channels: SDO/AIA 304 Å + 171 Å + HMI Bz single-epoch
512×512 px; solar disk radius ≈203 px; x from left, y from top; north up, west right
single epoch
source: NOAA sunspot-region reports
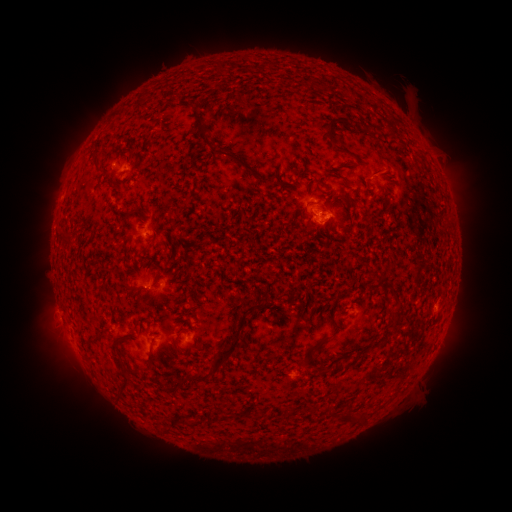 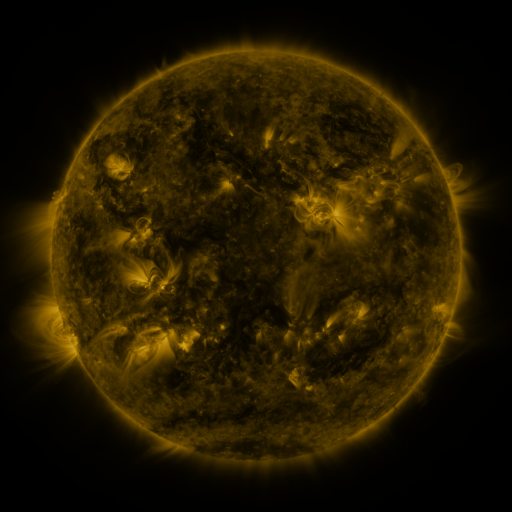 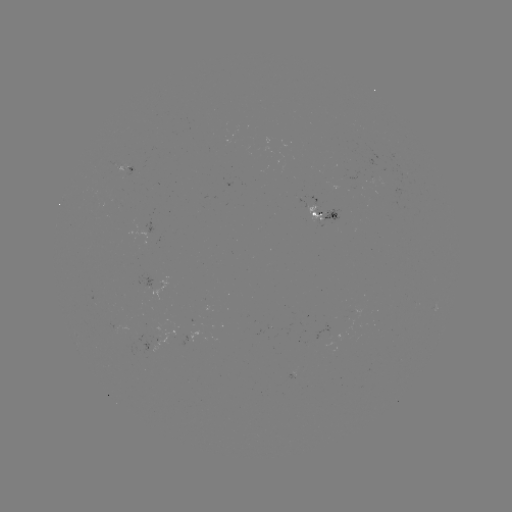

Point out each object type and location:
spotted active region: (132, 165)
spotted active region: (321, 212)
spotted active region: (168, 280)
